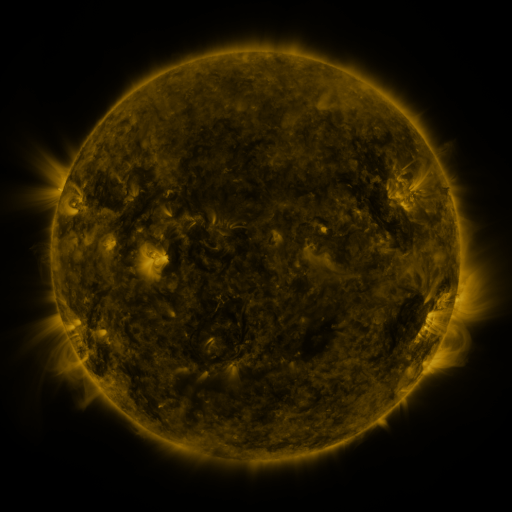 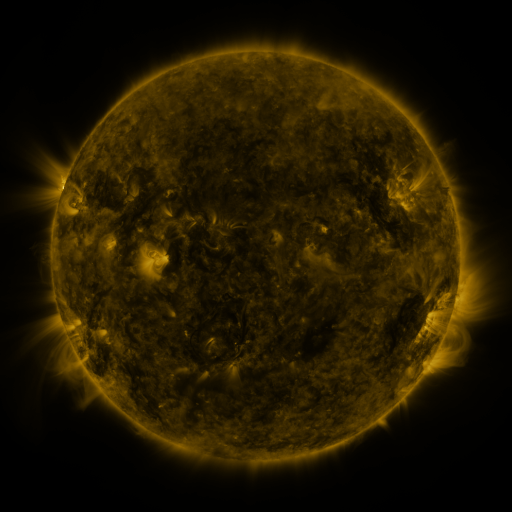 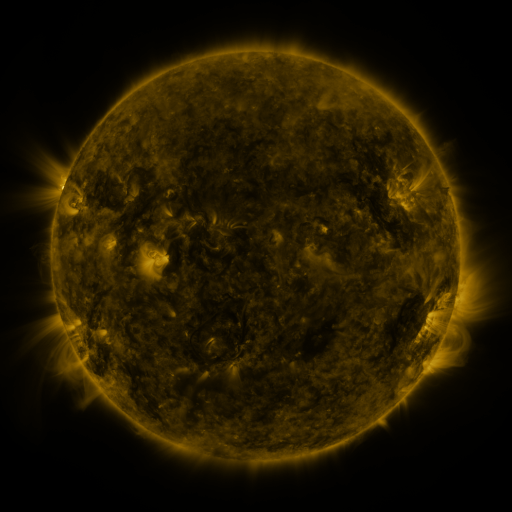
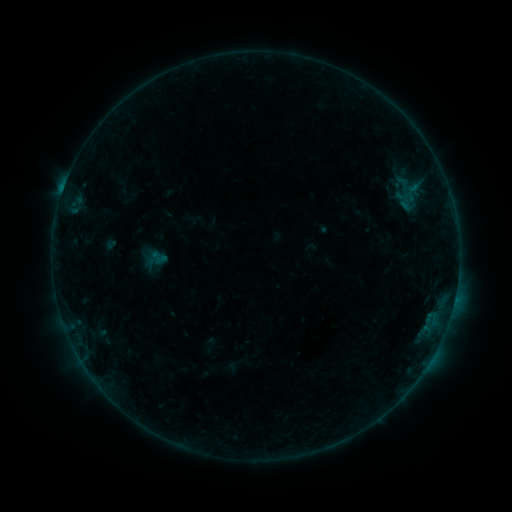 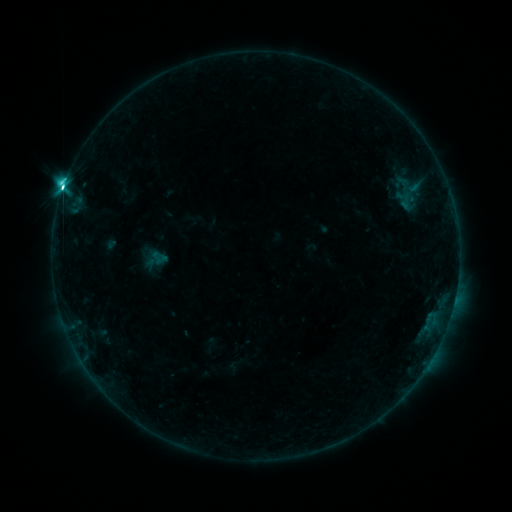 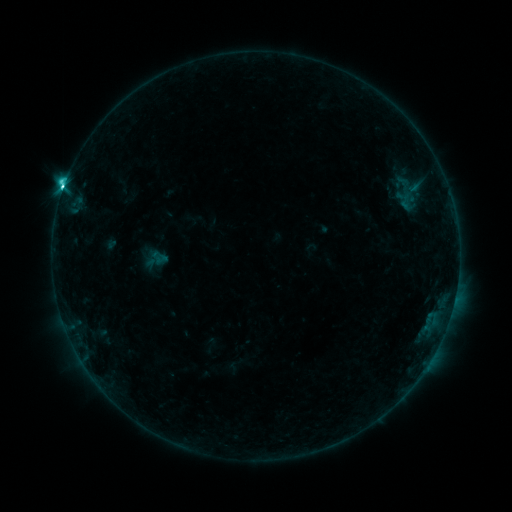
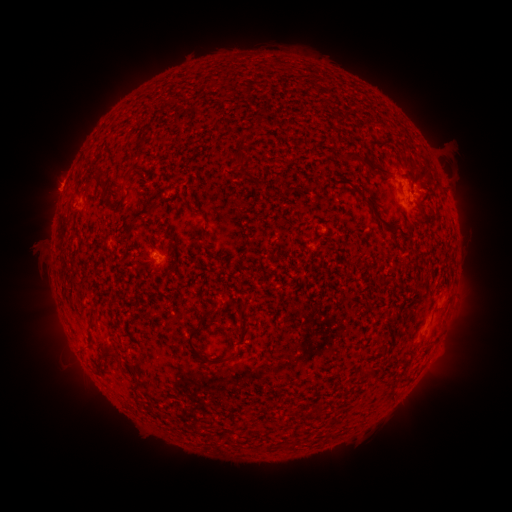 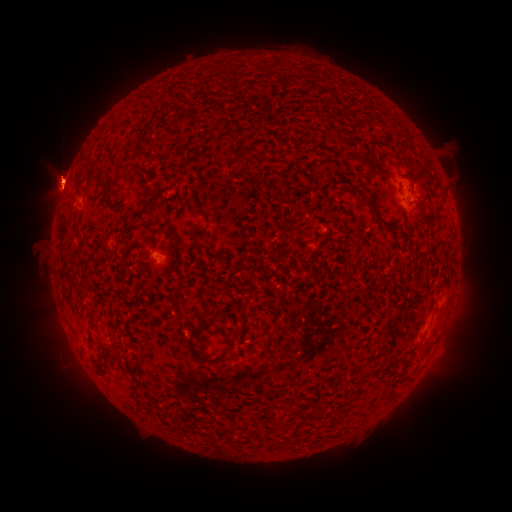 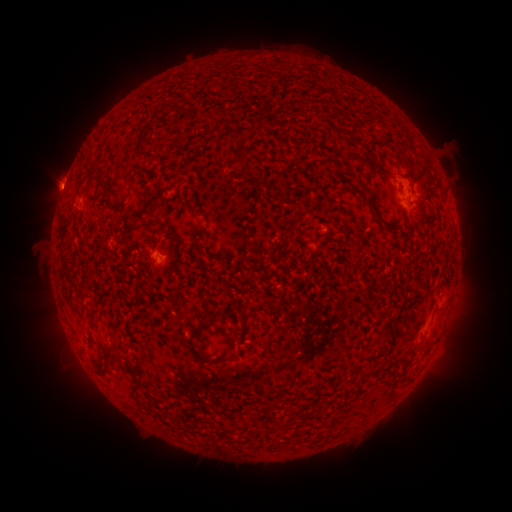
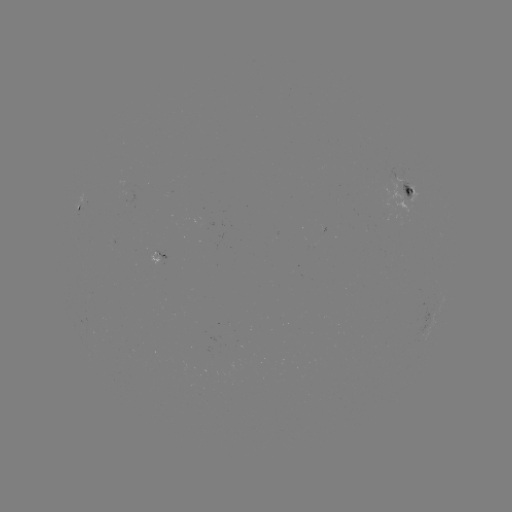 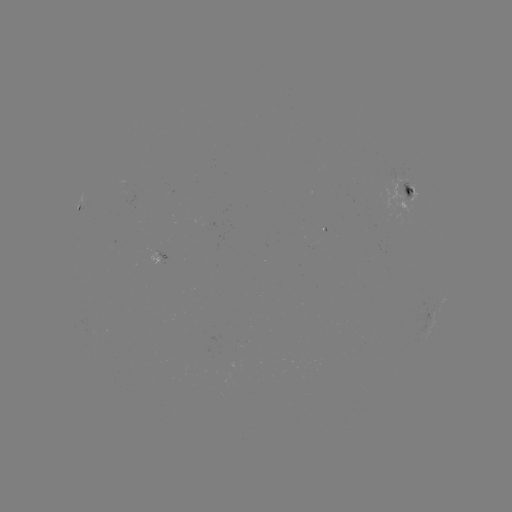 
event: eruption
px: (61, 174)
